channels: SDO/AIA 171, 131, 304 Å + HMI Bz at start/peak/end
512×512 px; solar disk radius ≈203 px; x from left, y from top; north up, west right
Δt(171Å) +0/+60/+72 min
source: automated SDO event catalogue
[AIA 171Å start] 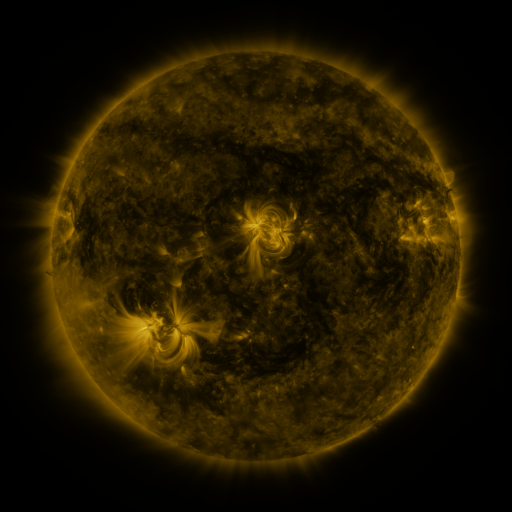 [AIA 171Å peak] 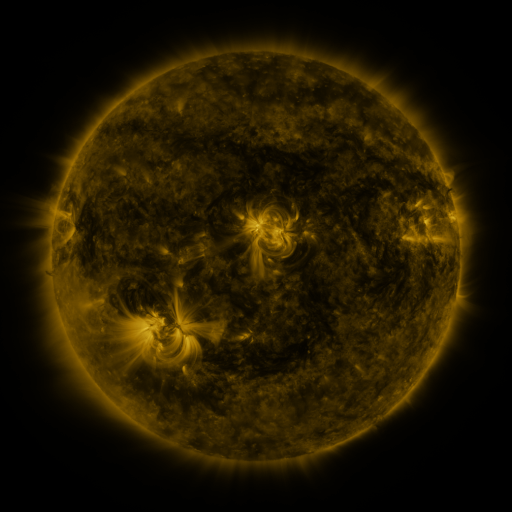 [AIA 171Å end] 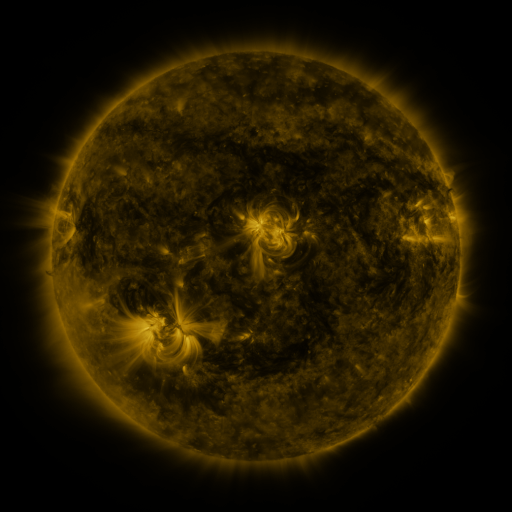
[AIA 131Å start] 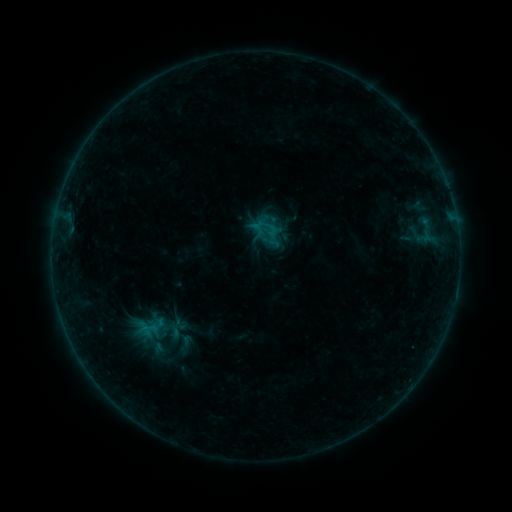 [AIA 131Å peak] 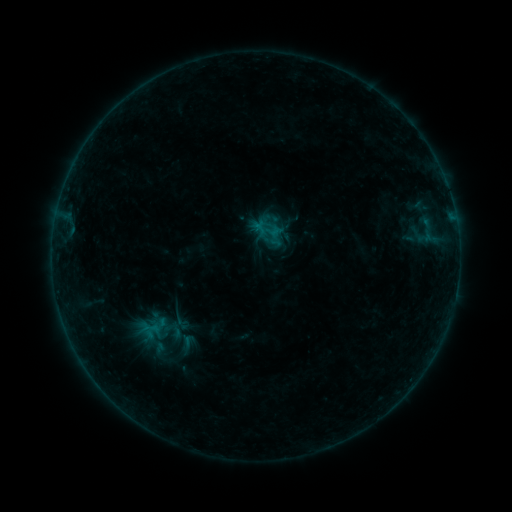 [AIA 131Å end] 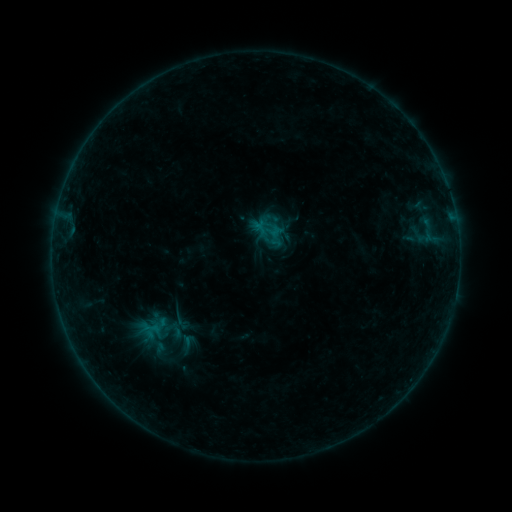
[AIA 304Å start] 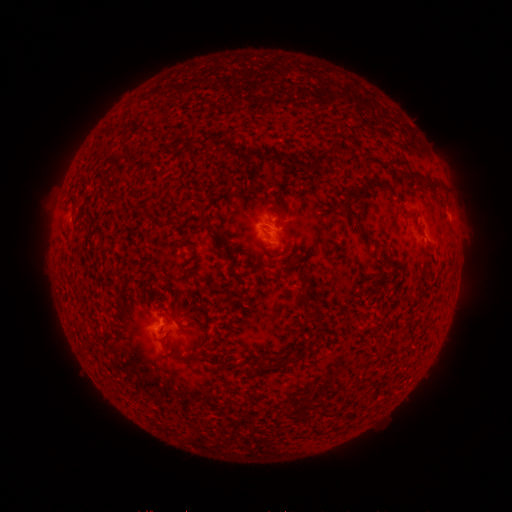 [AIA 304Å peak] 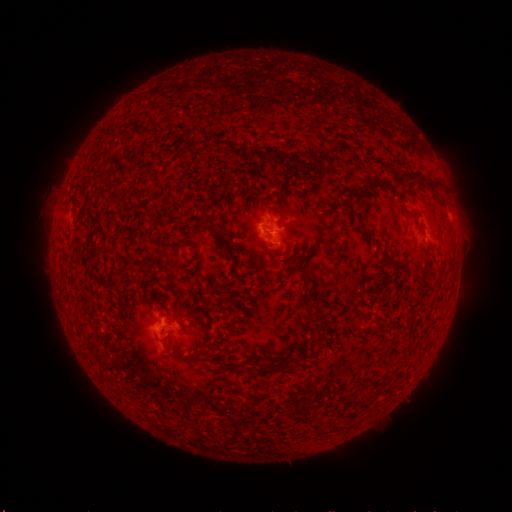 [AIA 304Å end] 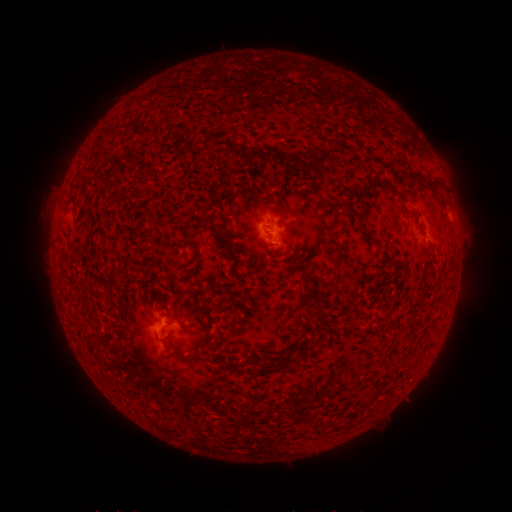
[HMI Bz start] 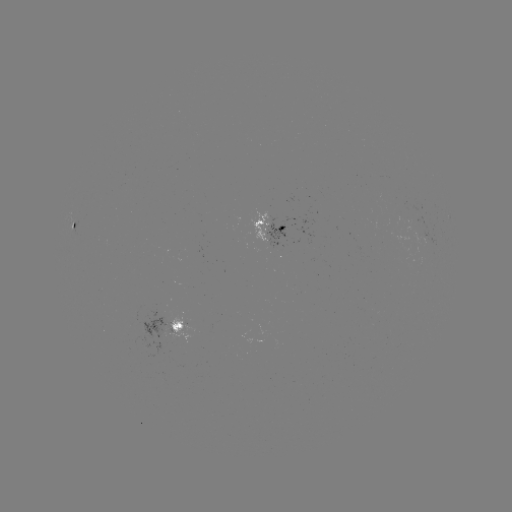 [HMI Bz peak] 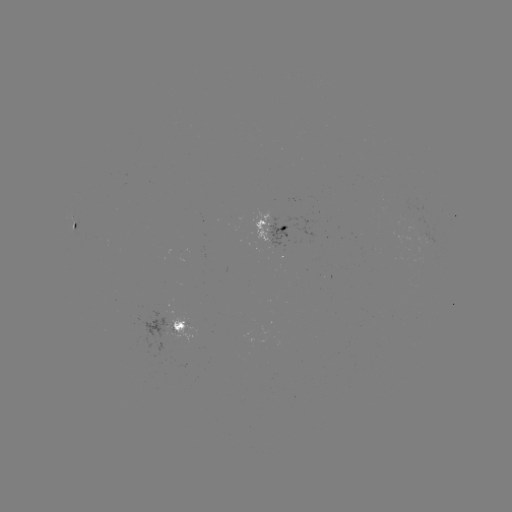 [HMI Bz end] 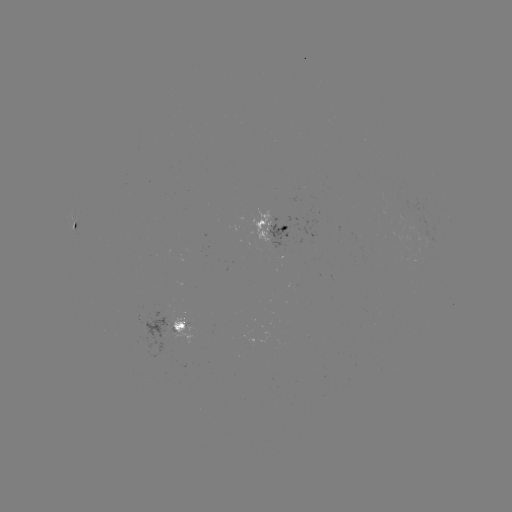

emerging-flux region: [165, 311, 198, 345]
